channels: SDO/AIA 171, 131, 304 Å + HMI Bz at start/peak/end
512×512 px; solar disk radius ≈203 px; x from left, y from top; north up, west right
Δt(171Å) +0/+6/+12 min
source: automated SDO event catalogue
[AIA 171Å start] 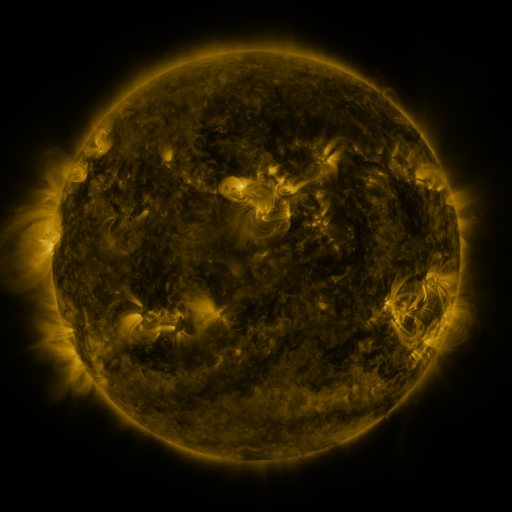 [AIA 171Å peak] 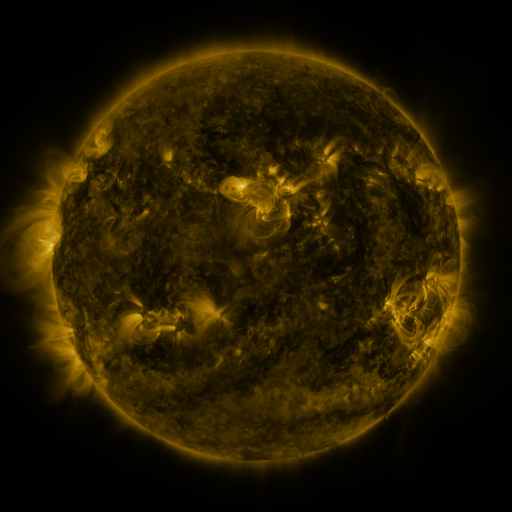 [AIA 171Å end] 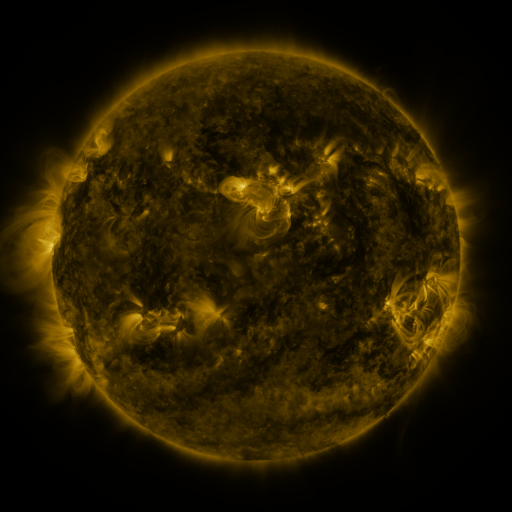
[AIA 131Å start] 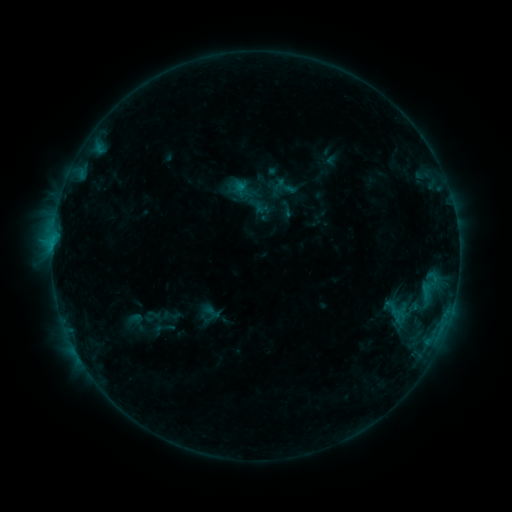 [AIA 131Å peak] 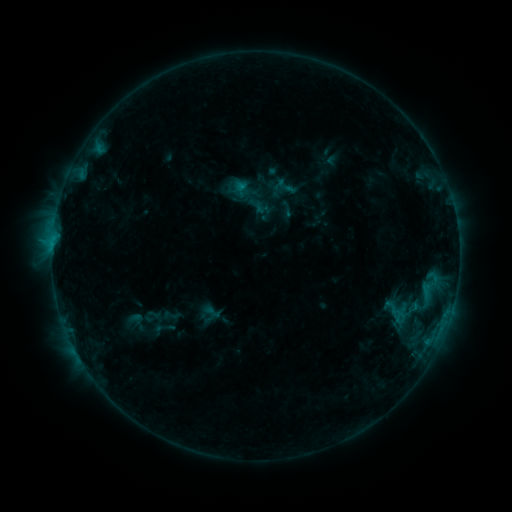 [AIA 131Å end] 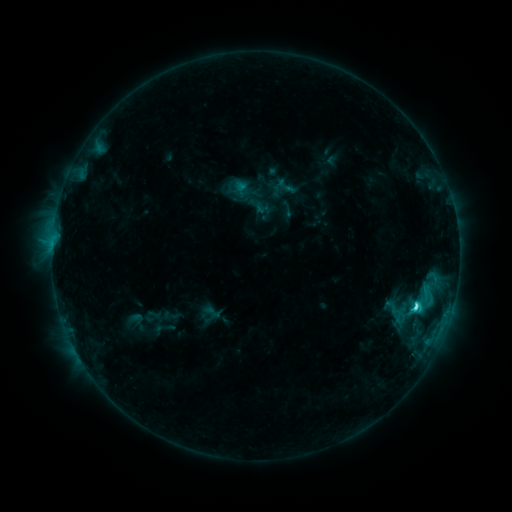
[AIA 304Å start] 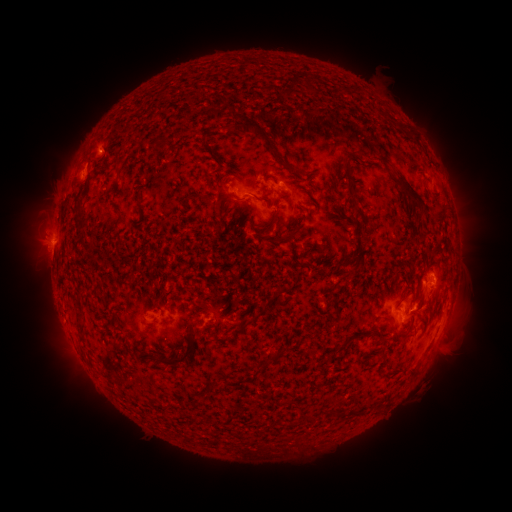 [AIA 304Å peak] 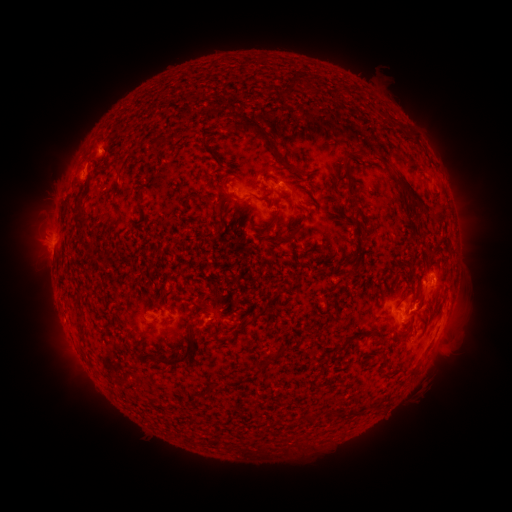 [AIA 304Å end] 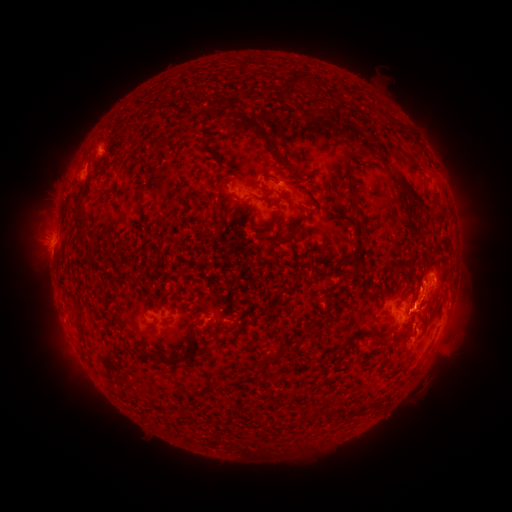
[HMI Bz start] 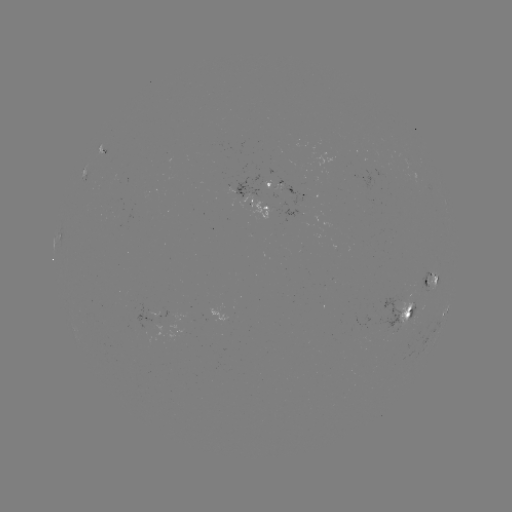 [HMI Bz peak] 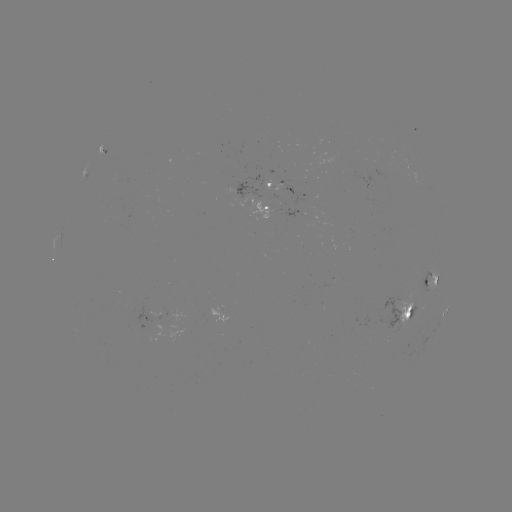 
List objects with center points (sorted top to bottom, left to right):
eruption: (419, 287)
